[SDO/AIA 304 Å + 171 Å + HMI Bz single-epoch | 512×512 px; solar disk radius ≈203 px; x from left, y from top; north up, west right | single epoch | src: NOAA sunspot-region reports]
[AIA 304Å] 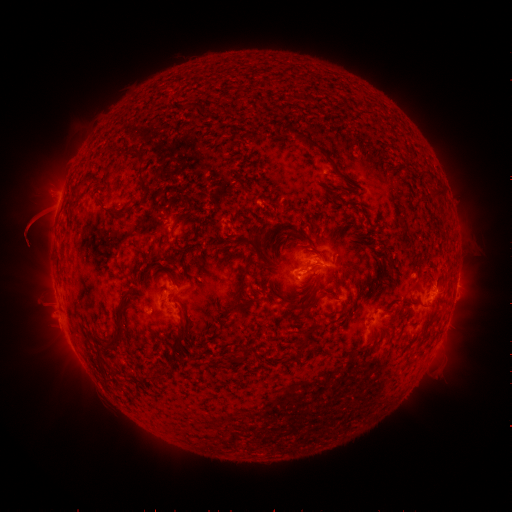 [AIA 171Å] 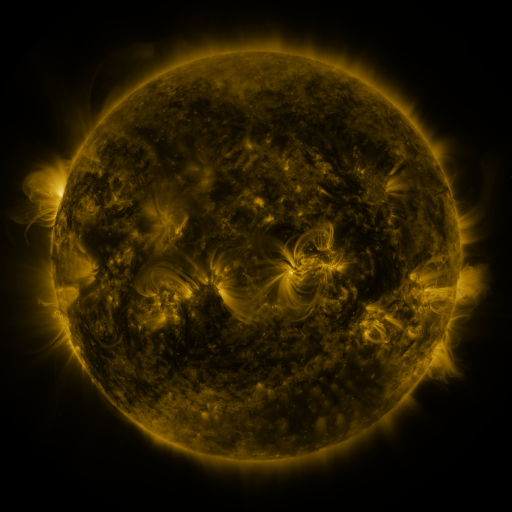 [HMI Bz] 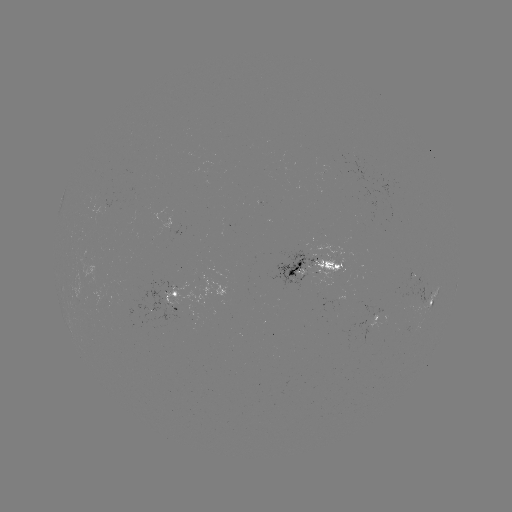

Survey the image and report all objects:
spotted active region: (318, 268)
spotted active region: (458, 277)
spotted active region: (427, 295)
spotted active region: (176, 301)
spotted active region: (382, 313)
